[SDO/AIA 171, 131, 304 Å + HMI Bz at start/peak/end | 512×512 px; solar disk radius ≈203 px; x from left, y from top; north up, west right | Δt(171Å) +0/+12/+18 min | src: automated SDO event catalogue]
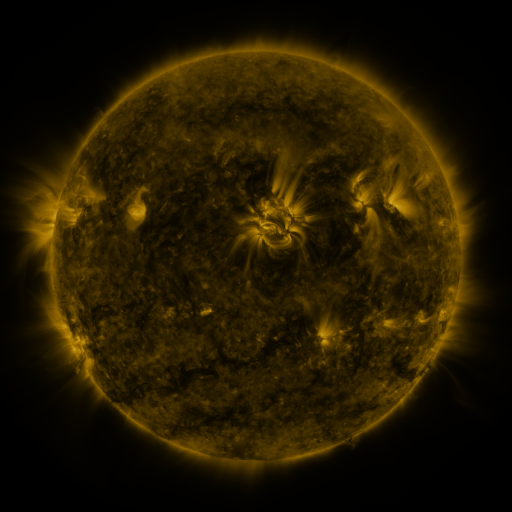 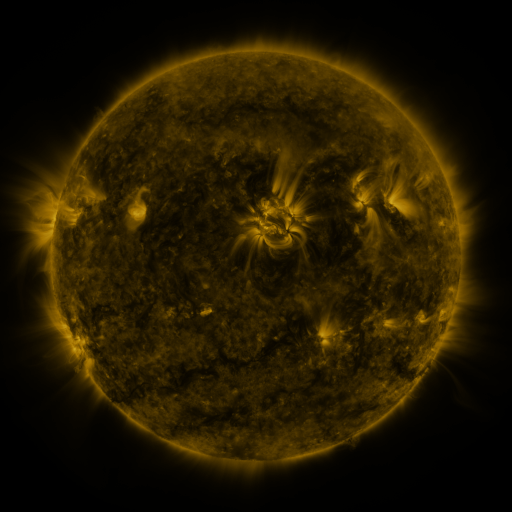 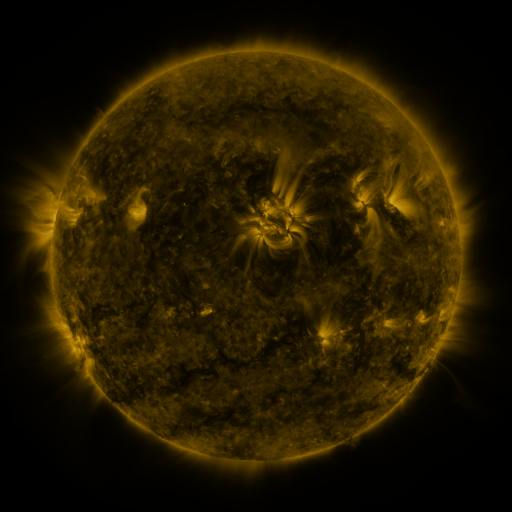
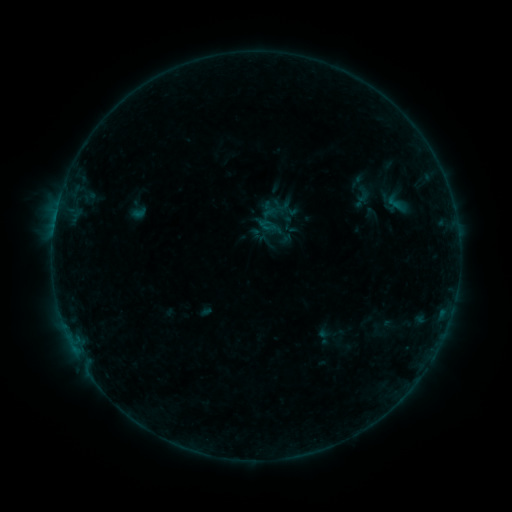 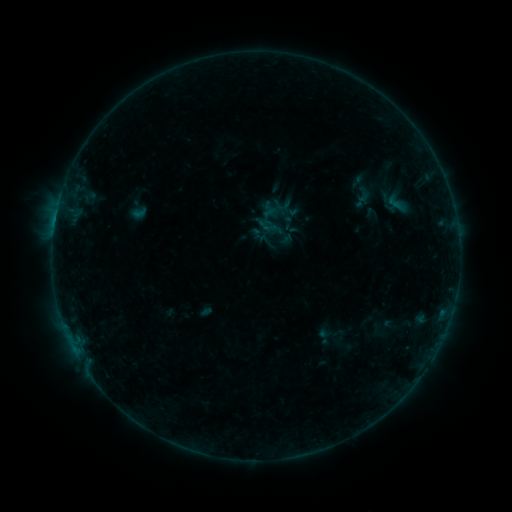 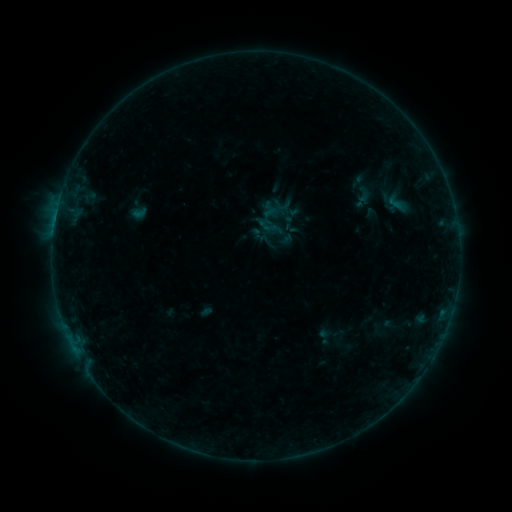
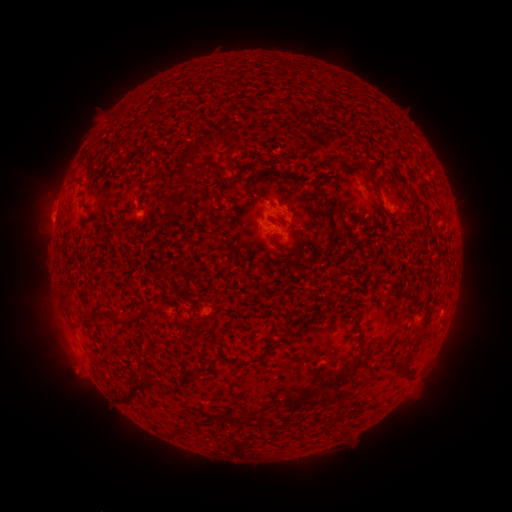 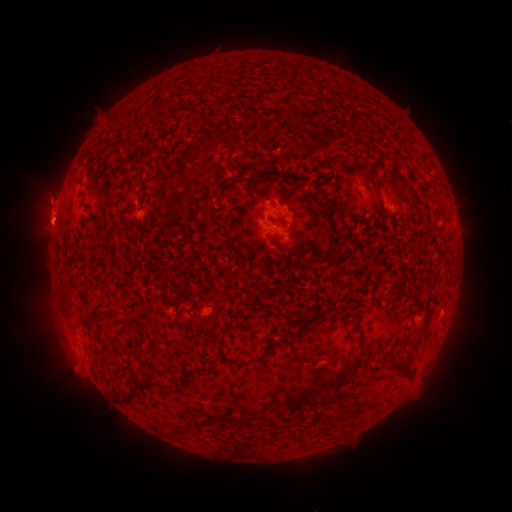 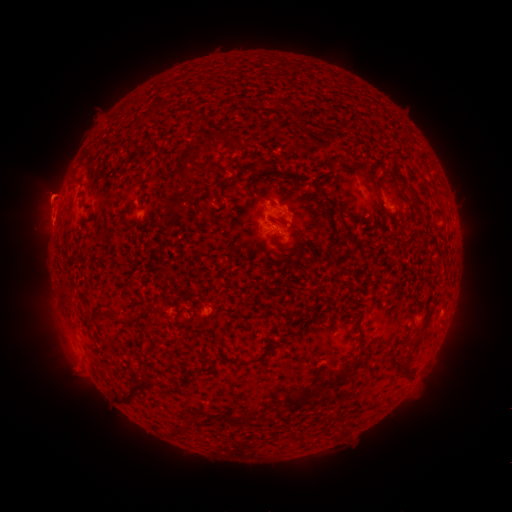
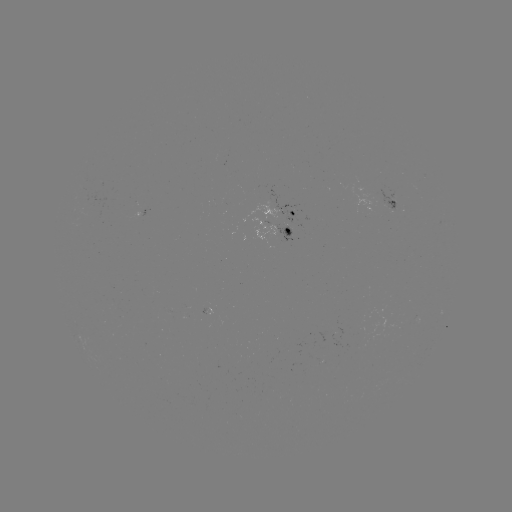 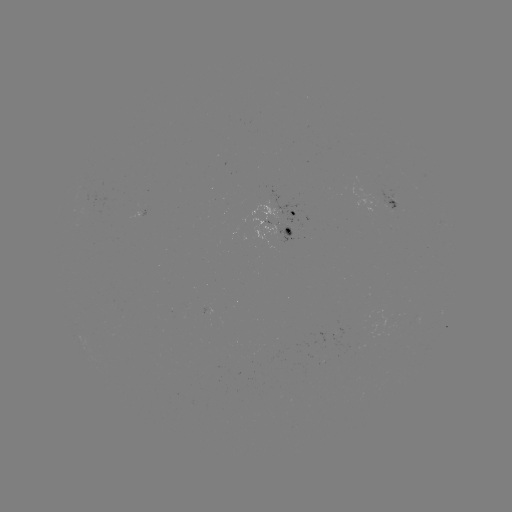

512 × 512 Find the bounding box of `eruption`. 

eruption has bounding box [14, 150, 77, 265].